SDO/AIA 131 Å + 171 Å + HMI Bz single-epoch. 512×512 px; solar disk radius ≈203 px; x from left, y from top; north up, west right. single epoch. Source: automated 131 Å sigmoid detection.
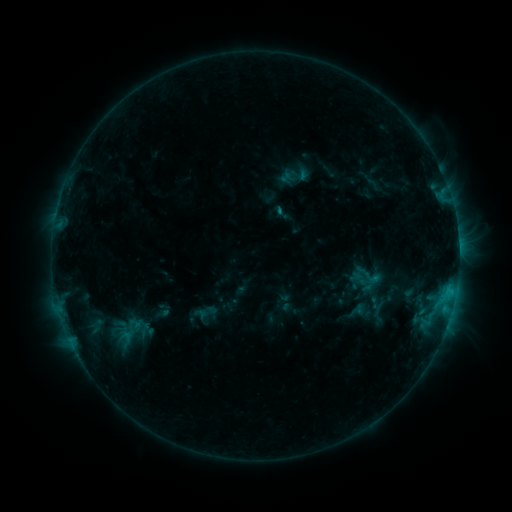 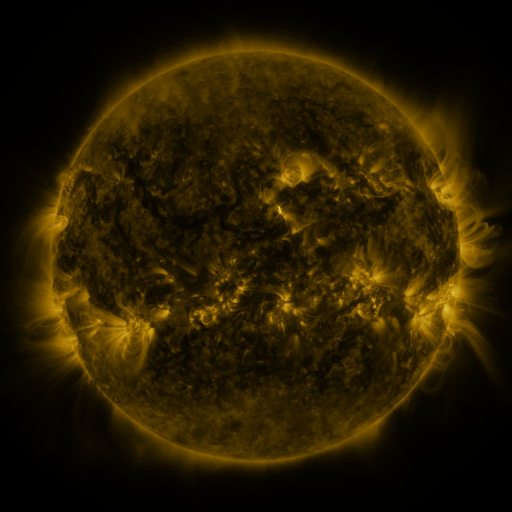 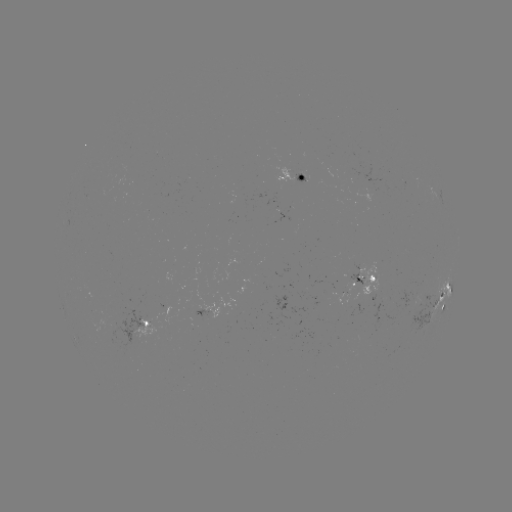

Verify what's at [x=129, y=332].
sigmoid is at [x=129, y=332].